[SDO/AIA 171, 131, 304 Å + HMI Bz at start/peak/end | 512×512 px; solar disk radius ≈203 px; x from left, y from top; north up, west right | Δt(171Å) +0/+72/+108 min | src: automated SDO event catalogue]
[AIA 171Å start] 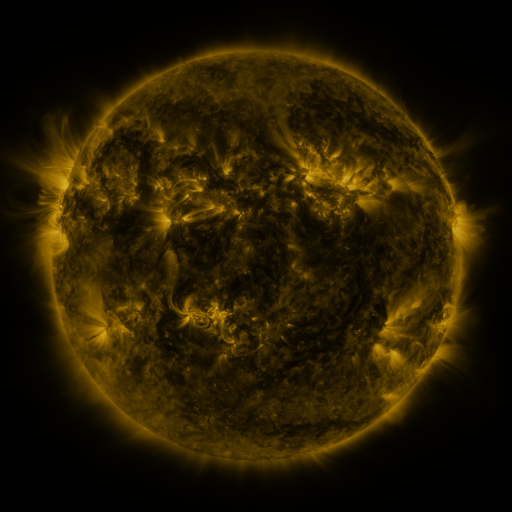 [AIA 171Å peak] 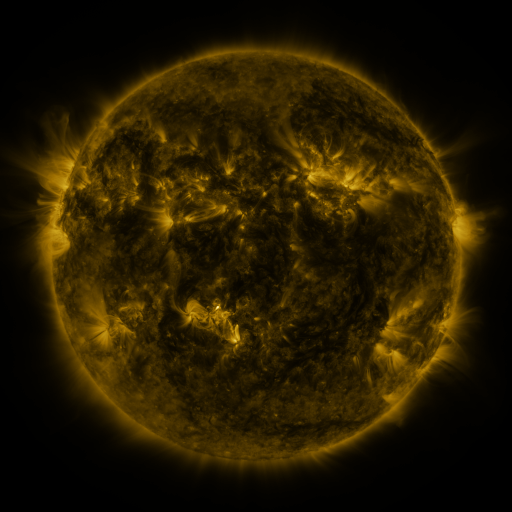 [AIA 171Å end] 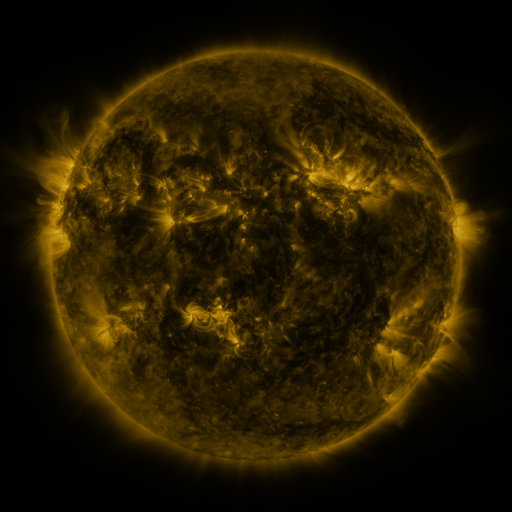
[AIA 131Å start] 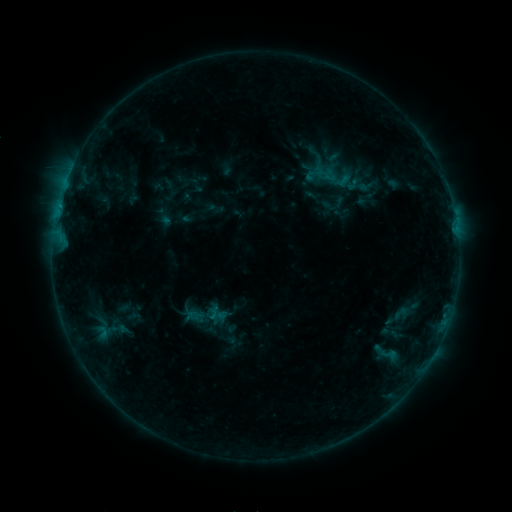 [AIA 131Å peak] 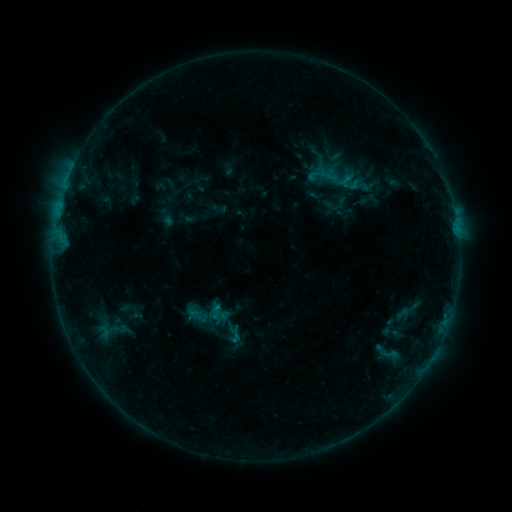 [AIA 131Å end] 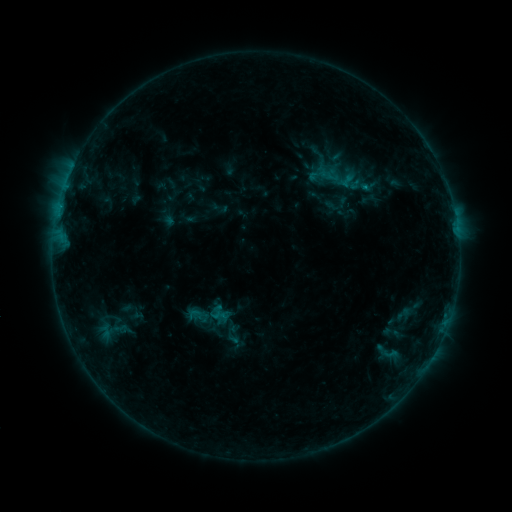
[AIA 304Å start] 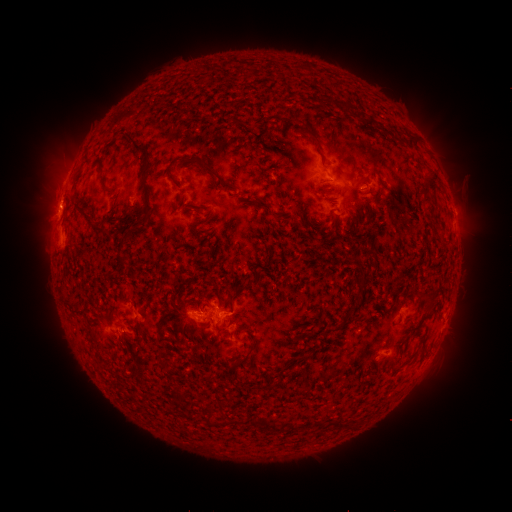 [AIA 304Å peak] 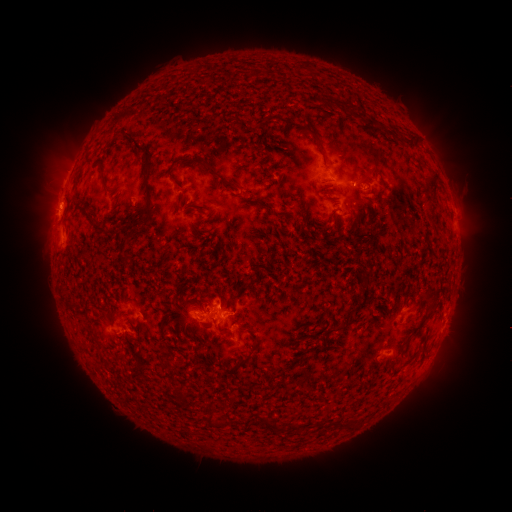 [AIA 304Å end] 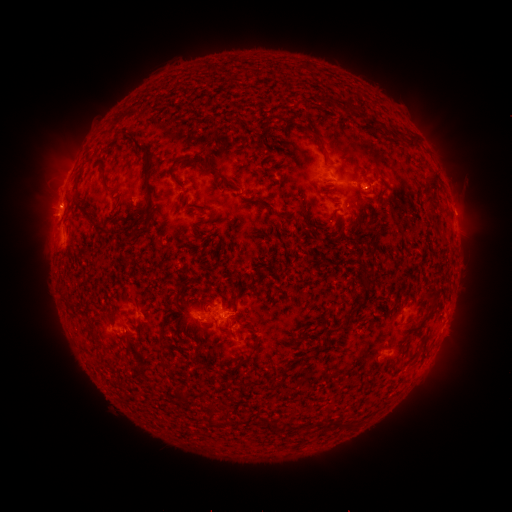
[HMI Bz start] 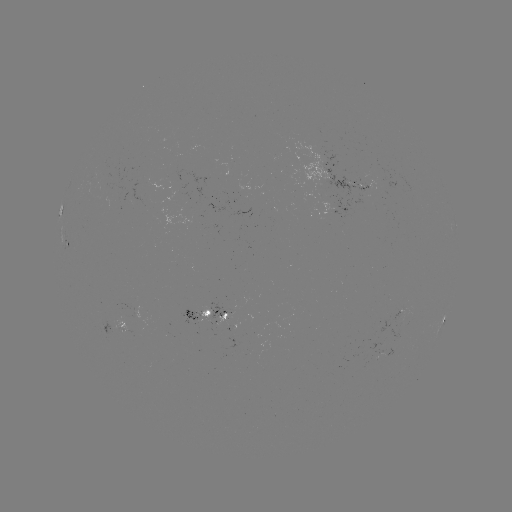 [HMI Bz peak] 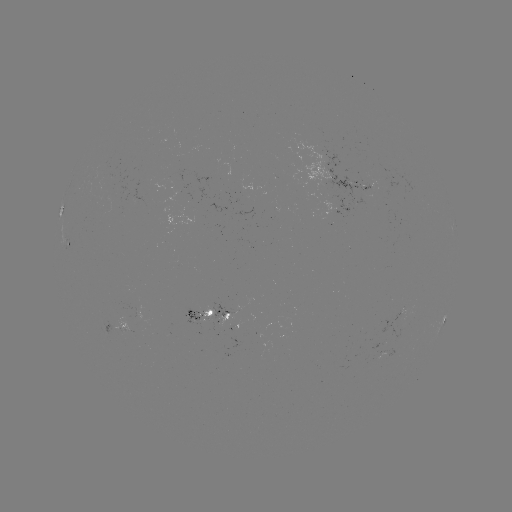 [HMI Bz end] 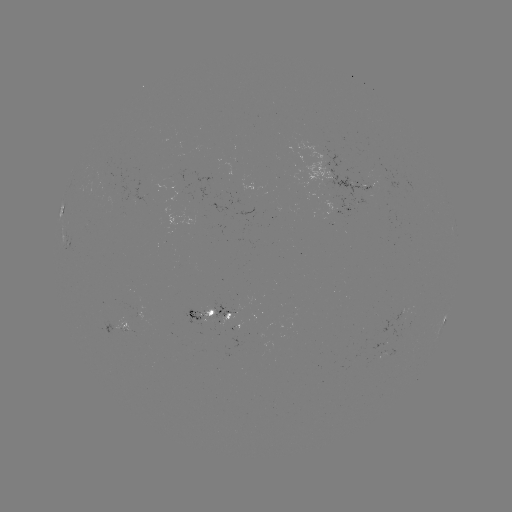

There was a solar emerging-flux region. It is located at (203, 319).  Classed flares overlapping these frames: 1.